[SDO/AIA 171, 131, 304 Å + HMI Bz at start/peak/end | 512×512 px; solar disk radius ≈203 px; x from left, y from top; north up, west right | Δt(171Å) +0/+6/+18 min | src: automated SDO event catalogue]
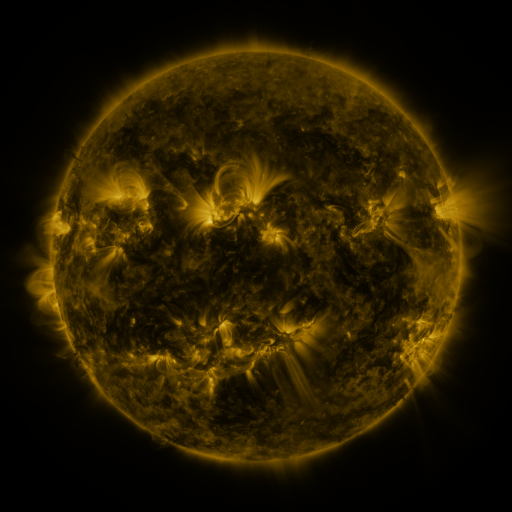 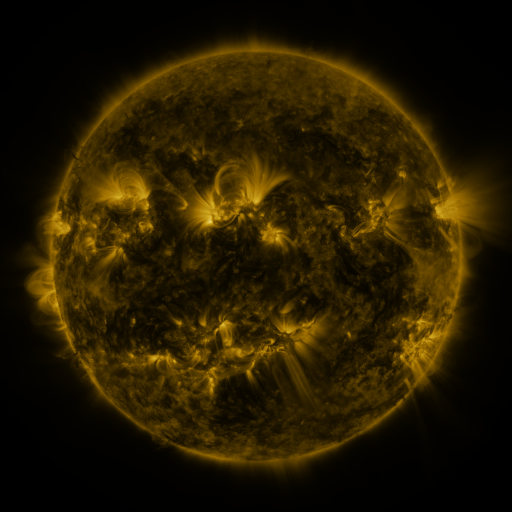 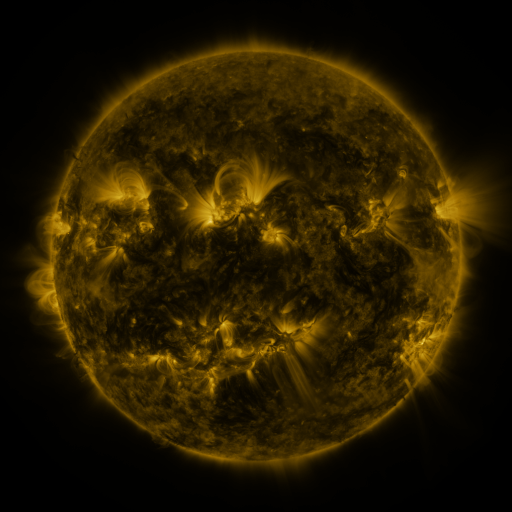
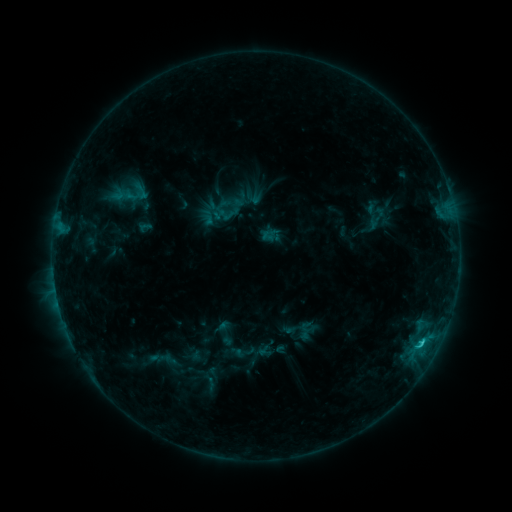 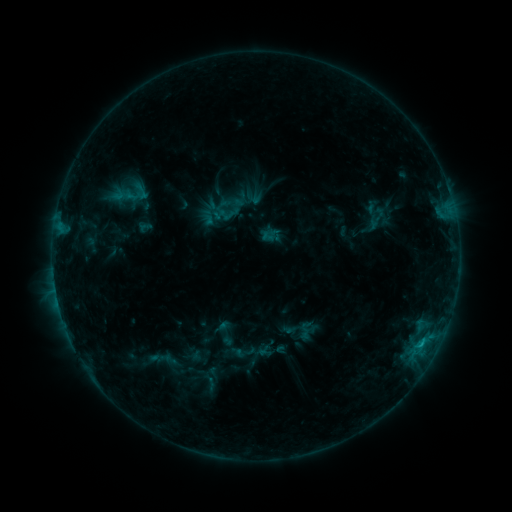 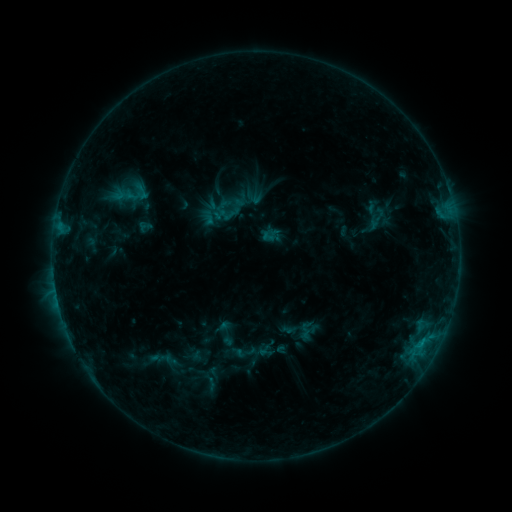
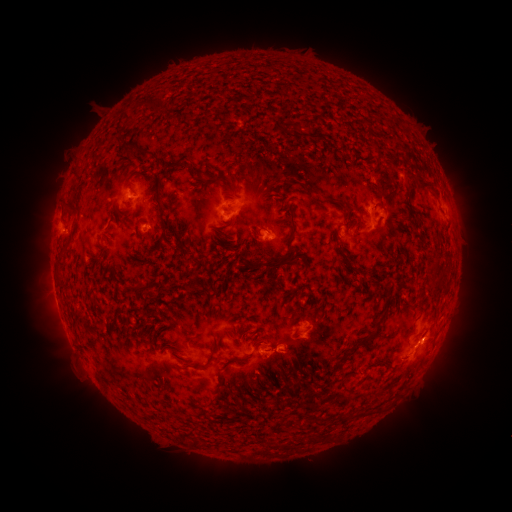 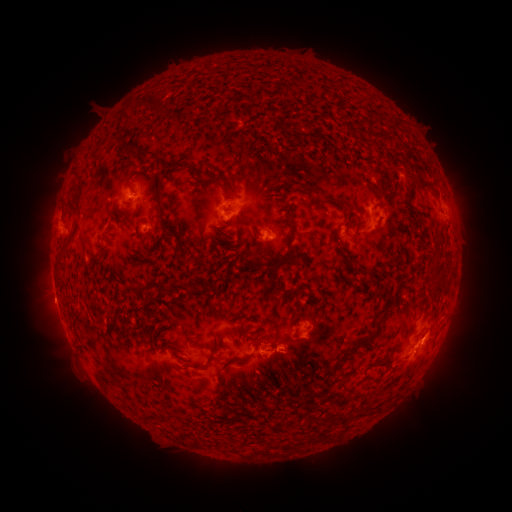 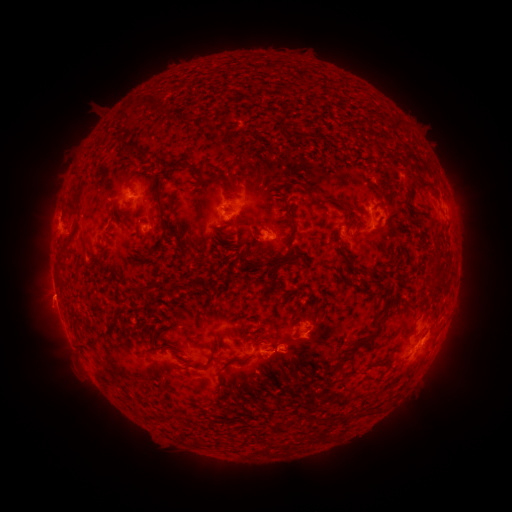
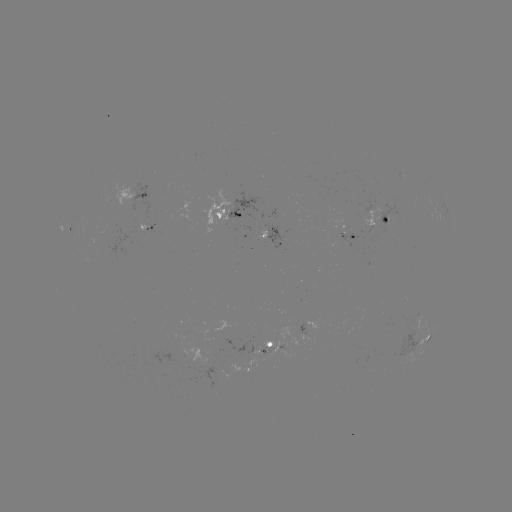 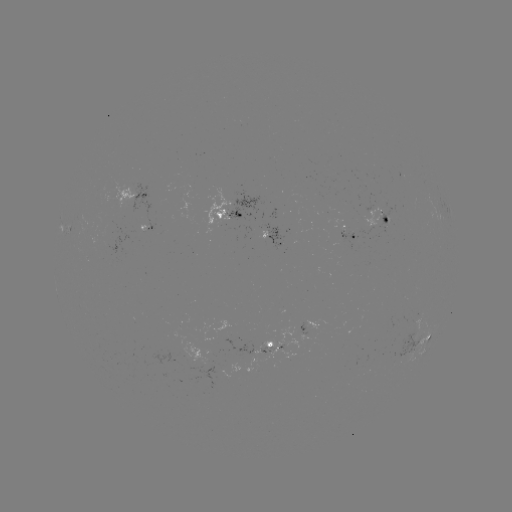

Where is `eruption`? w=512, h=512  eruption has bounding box [19, 277, 74, 329].